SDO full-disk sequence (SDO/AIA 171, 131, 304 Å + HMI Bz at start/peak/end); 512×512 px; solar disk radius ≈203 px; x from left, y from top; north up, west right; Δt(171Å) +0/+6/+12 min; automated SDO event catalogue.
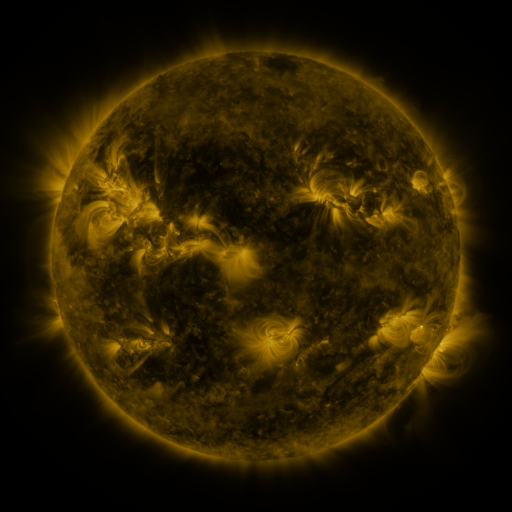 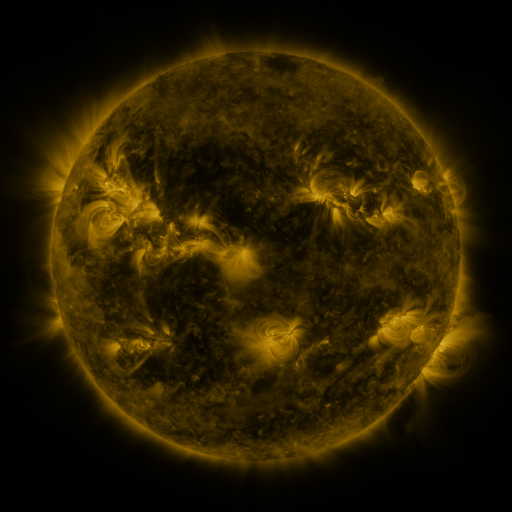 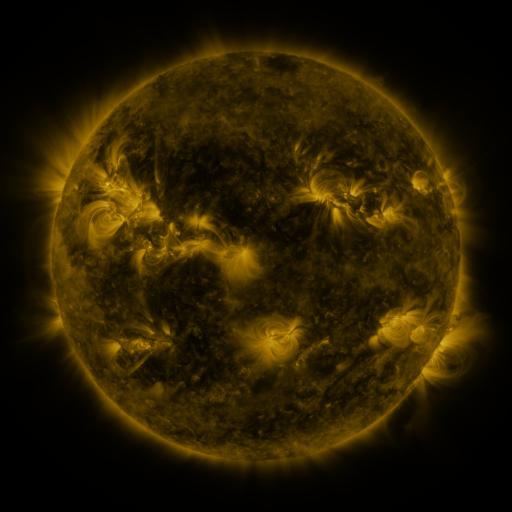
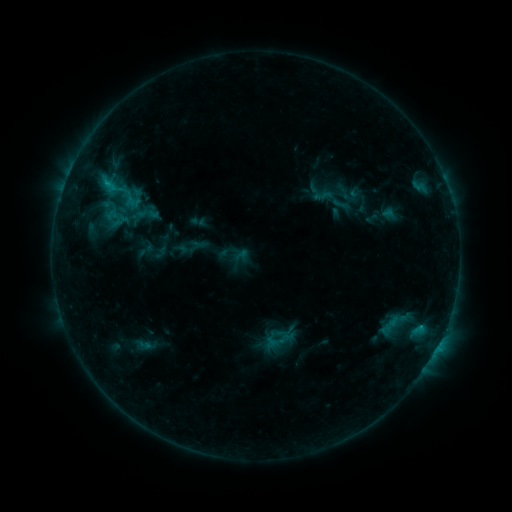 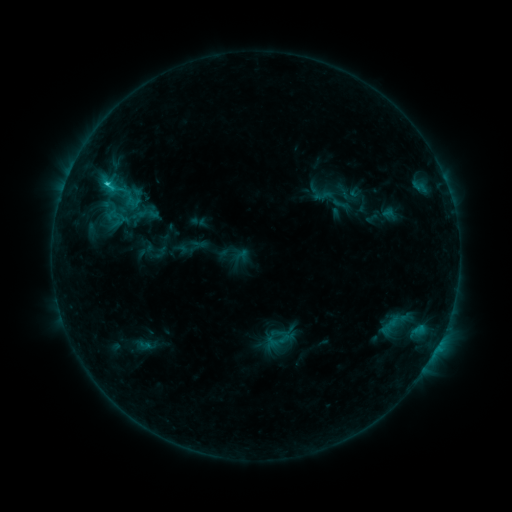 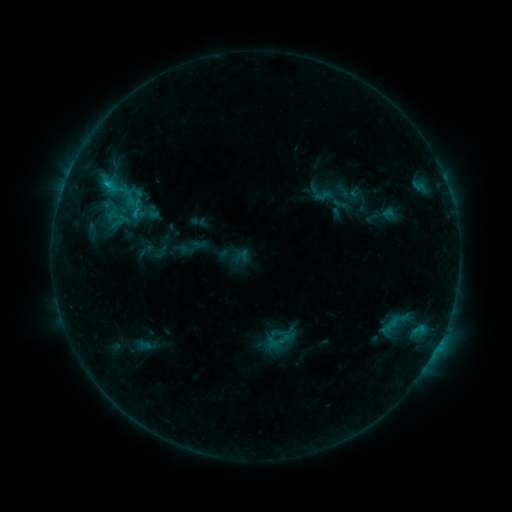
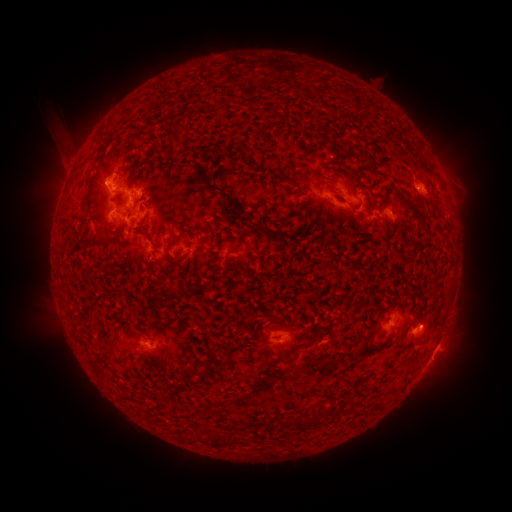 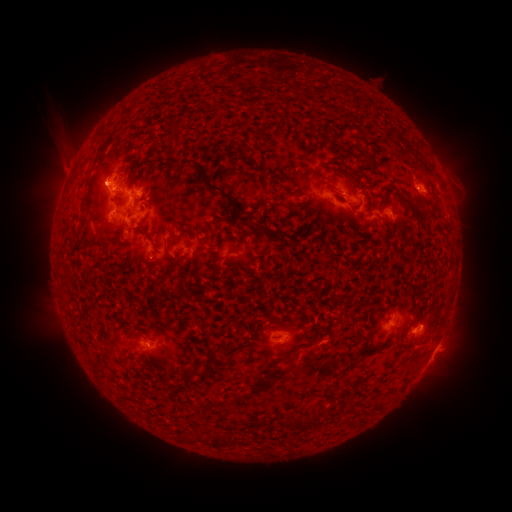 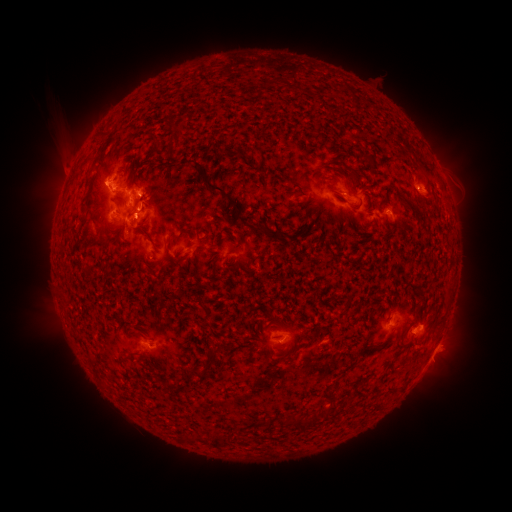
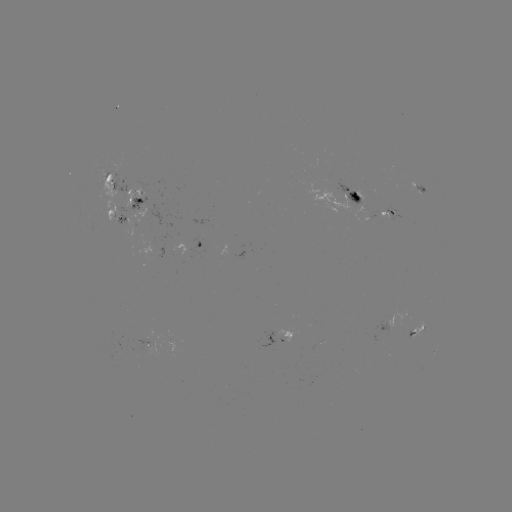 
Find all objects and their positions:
C1.4 flare: (107, 187)
